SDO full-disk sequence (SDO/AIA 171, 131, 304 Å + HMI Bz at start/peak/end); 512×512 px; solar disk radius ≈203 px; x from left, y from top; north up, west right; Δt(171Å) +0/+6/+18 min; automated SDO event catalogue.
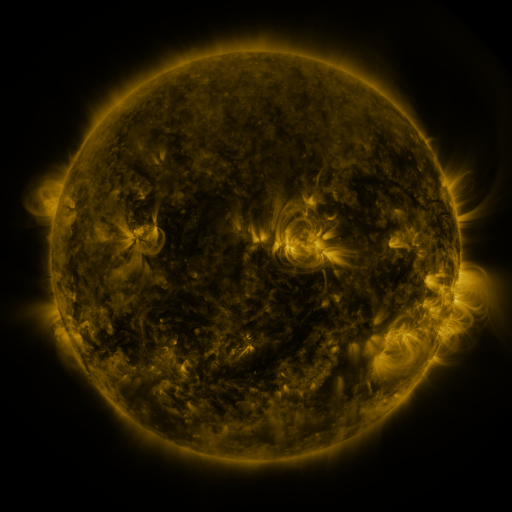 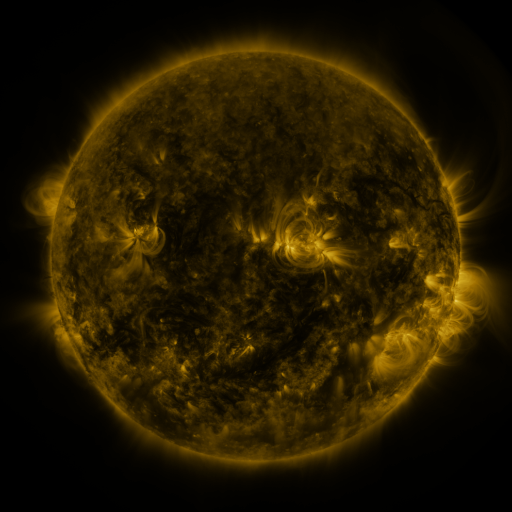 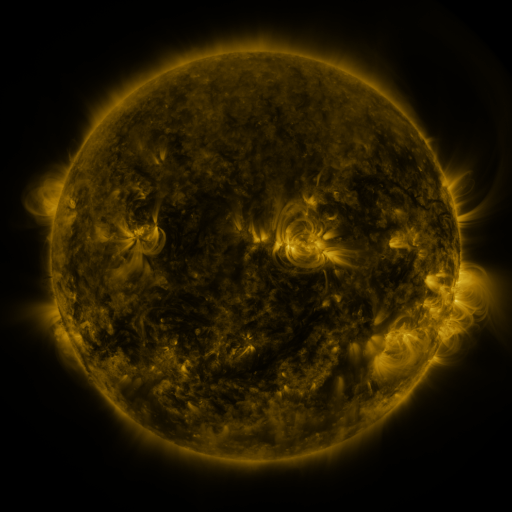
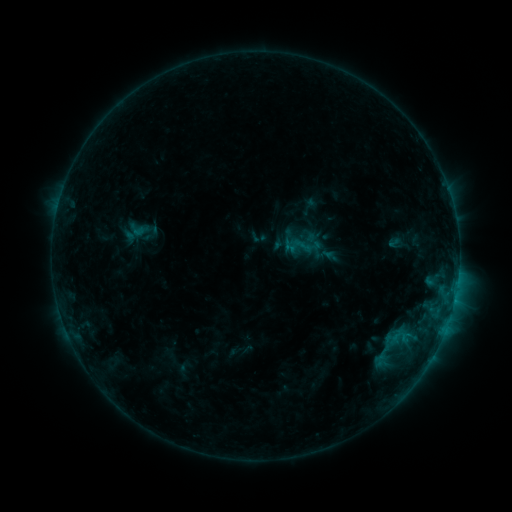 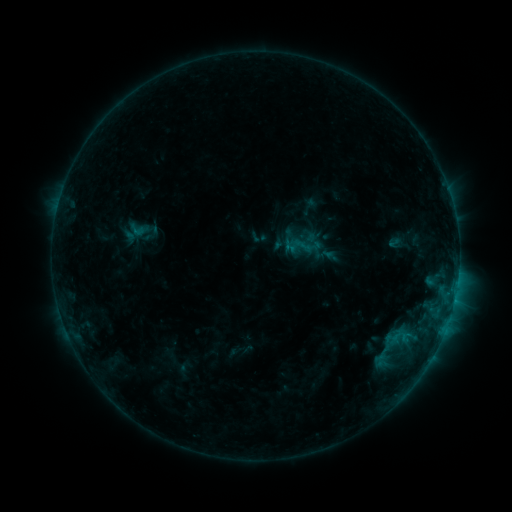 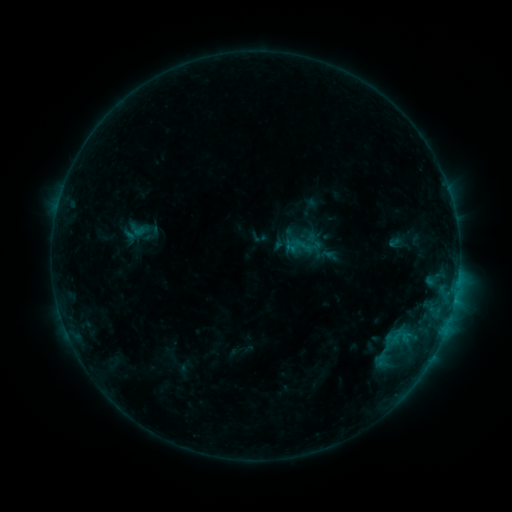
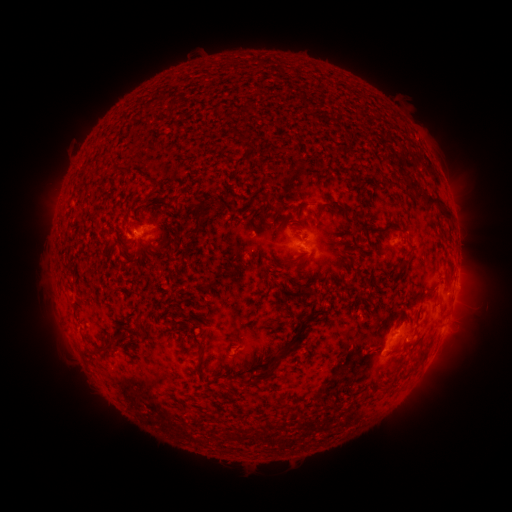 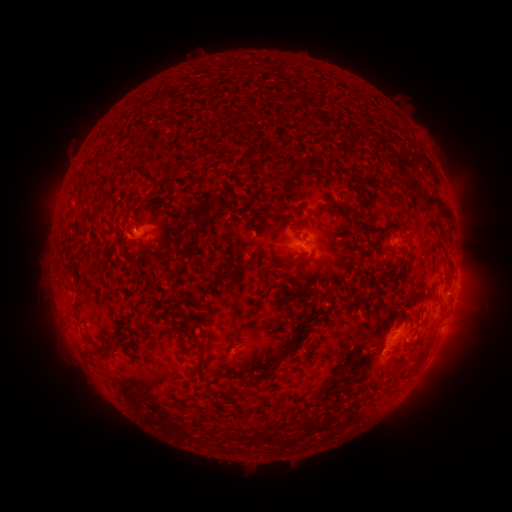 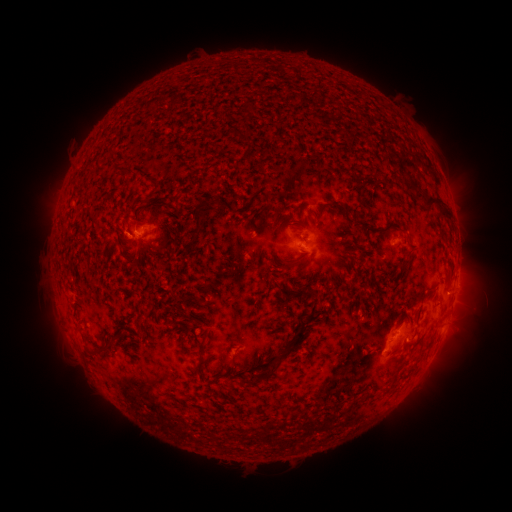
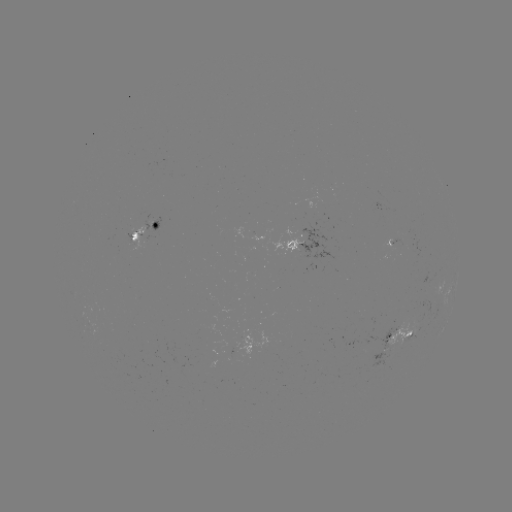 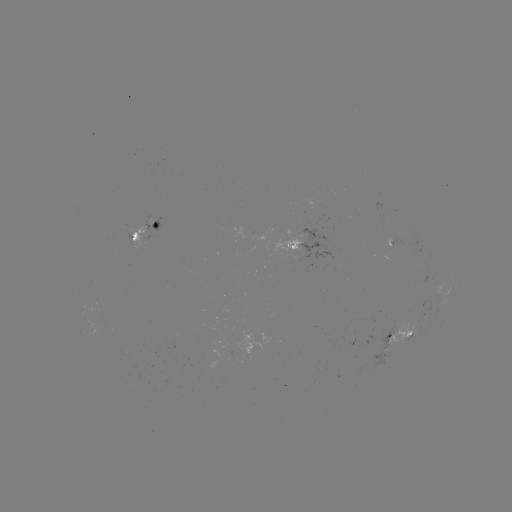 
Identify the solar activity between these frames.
no catalogued flare and no flagged EUV brightening in this window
